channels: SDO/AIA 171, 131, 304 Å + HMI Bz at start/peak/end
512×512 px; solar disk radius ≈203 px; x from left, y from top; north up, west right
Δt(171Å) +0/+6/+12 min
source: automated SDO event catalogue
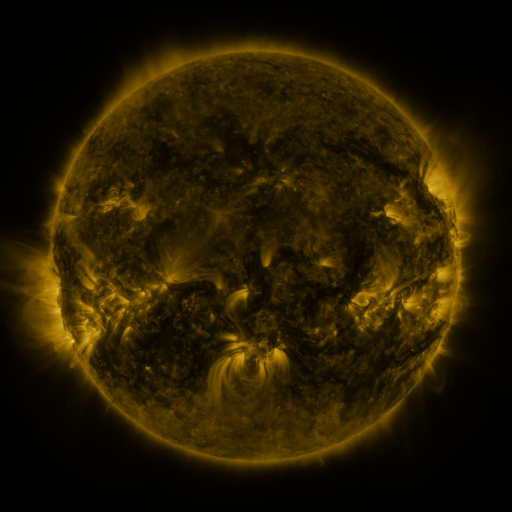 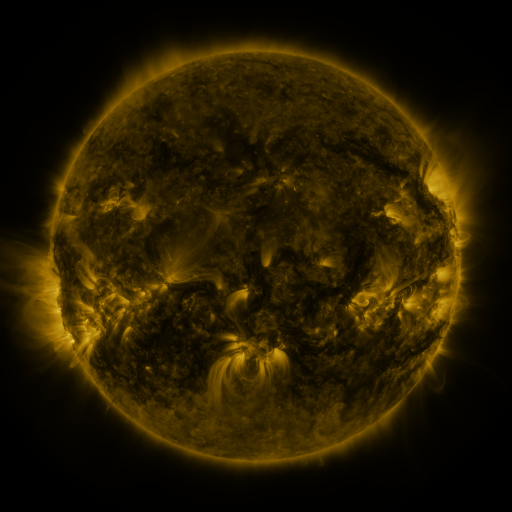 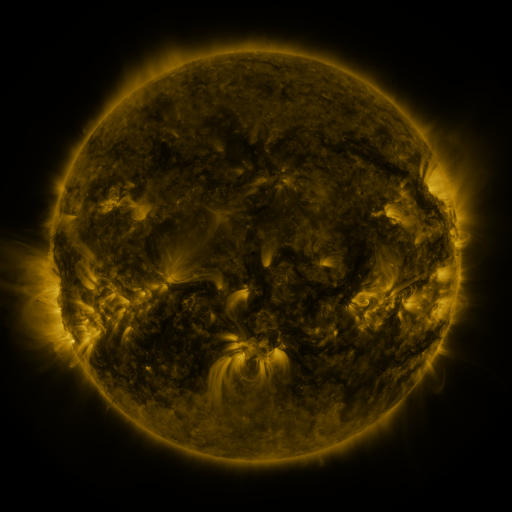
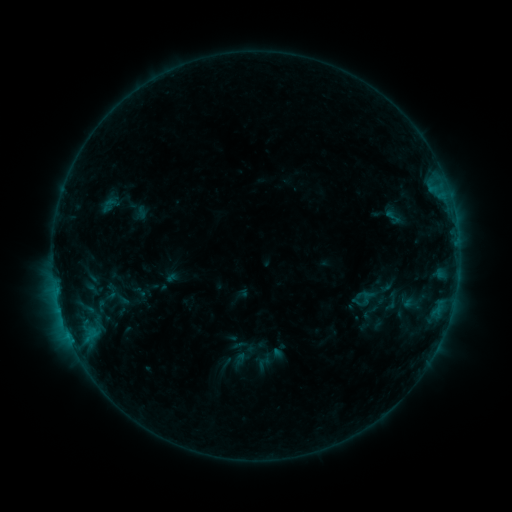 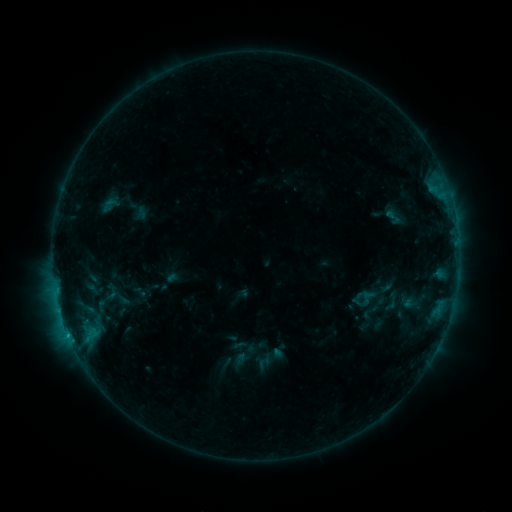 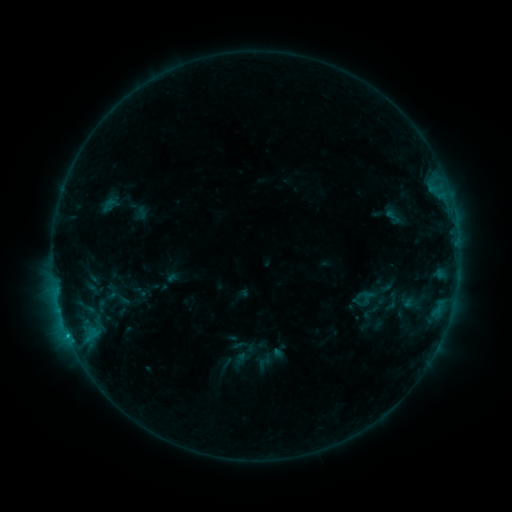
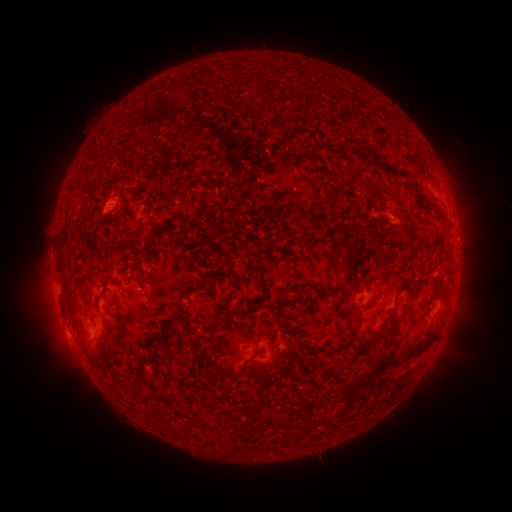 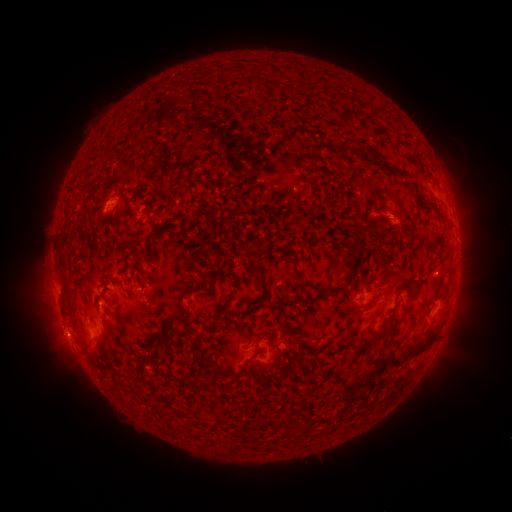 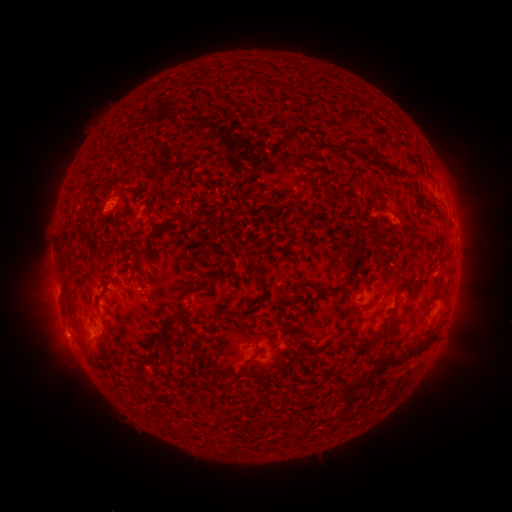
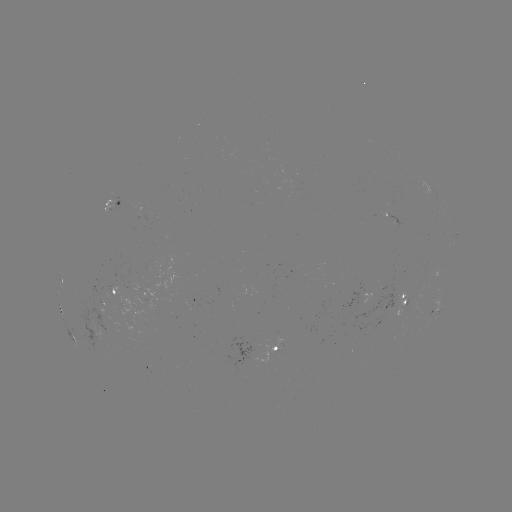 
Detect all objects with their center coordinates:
eruption: (63, 335)
